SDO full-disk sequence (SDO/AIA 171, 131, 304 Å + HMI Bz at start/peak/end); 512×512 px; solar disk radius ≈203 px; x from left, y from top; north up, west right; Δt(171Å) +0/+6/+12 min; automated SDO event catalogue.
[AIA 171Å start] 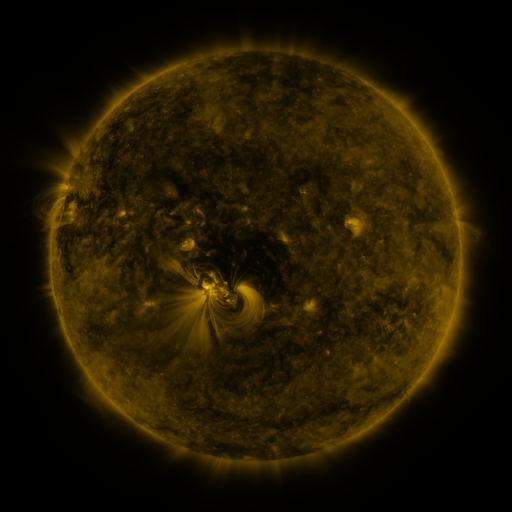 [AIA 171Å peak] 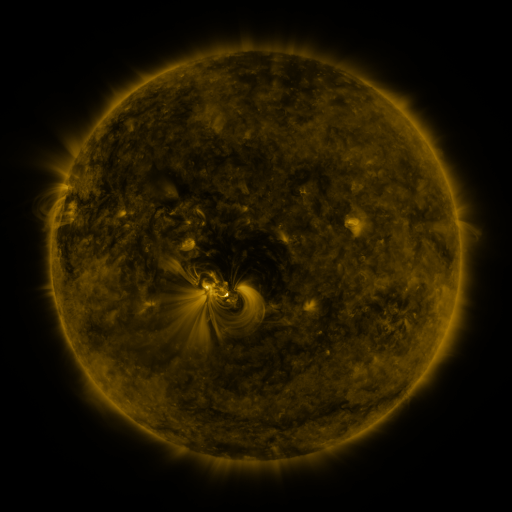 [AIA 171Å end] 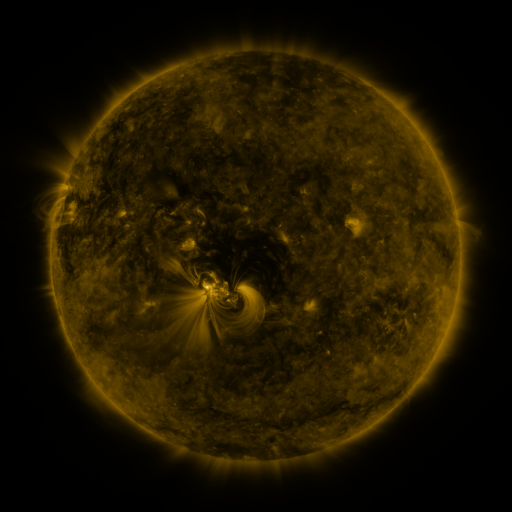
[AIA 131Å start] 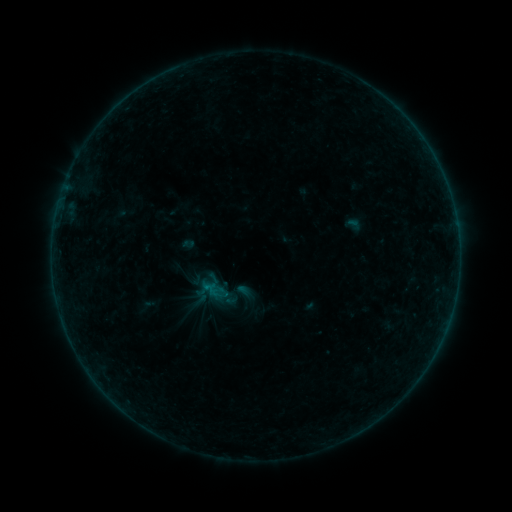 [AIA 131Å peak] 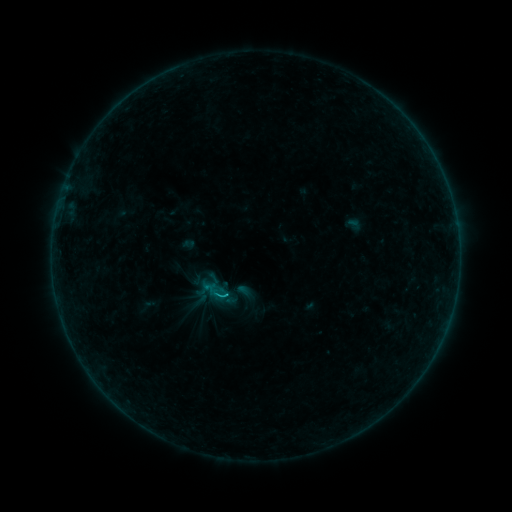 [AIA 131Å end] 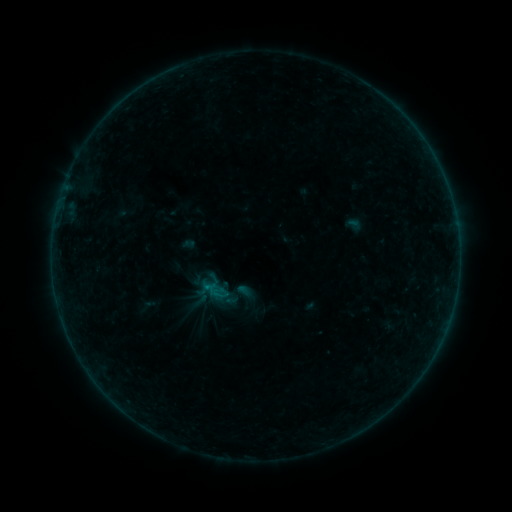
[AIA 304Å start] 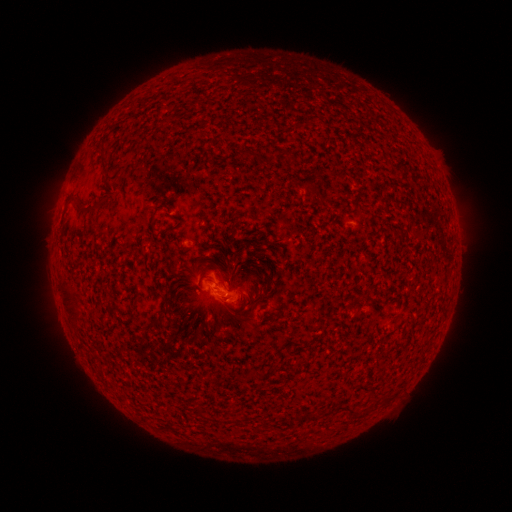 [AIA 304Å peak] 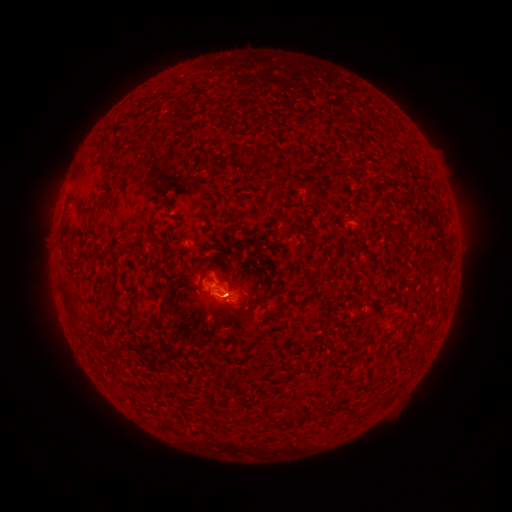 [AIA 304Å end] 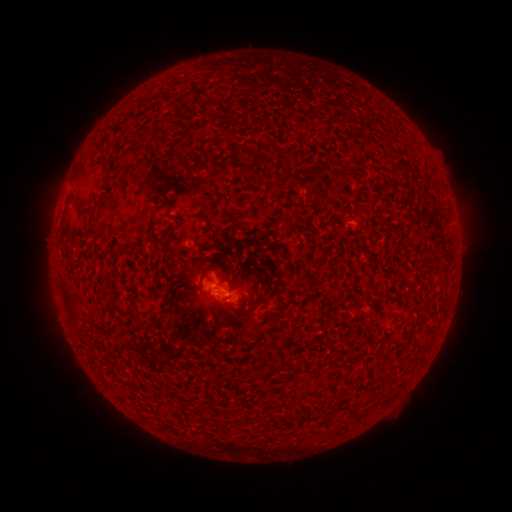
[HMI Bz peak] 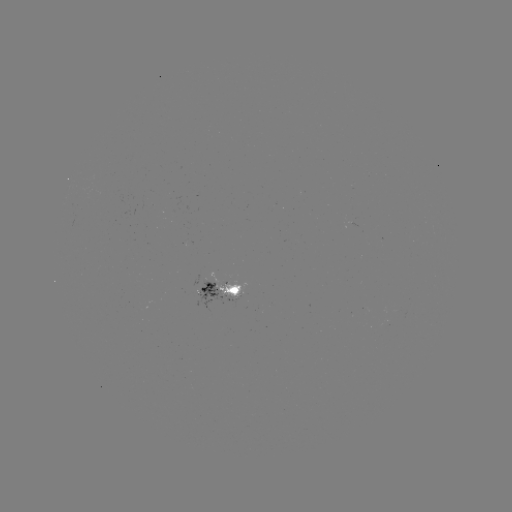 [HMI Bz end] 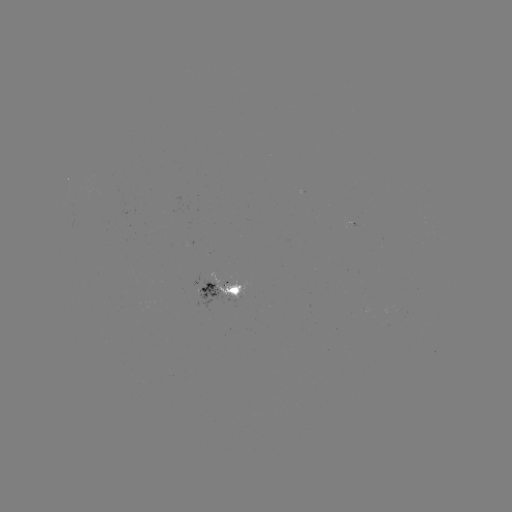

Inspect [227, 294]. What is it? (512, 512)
B4.9 flare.